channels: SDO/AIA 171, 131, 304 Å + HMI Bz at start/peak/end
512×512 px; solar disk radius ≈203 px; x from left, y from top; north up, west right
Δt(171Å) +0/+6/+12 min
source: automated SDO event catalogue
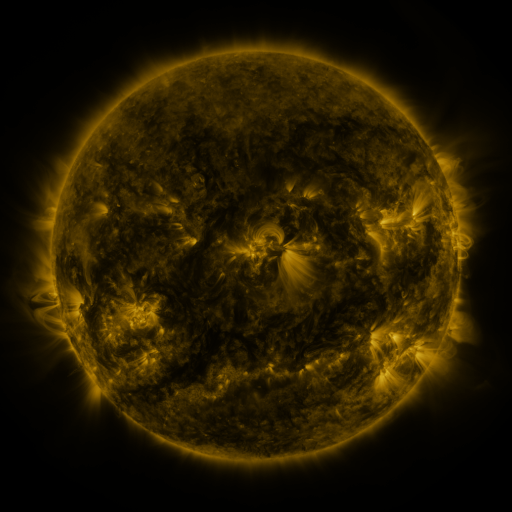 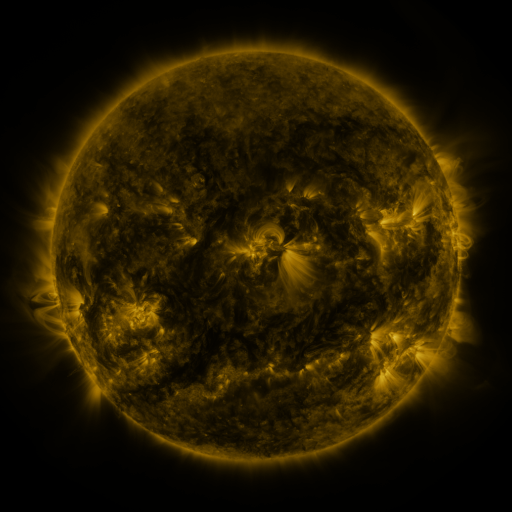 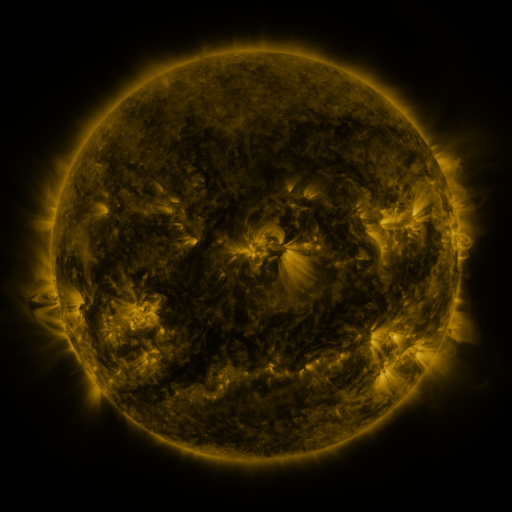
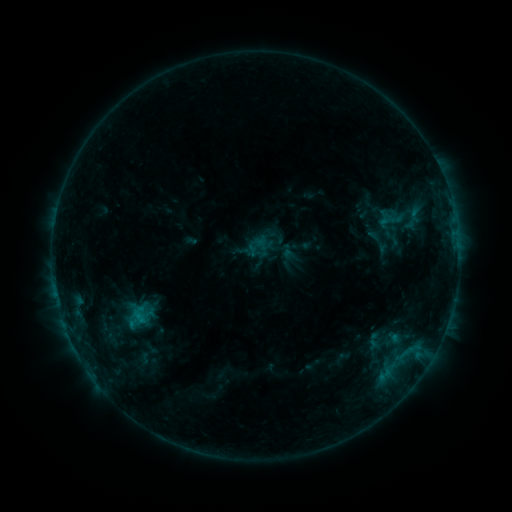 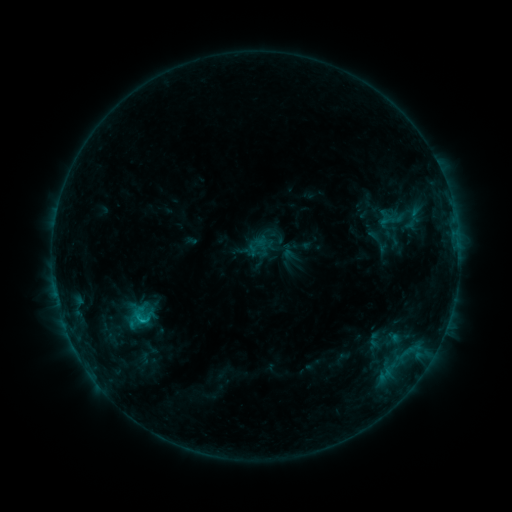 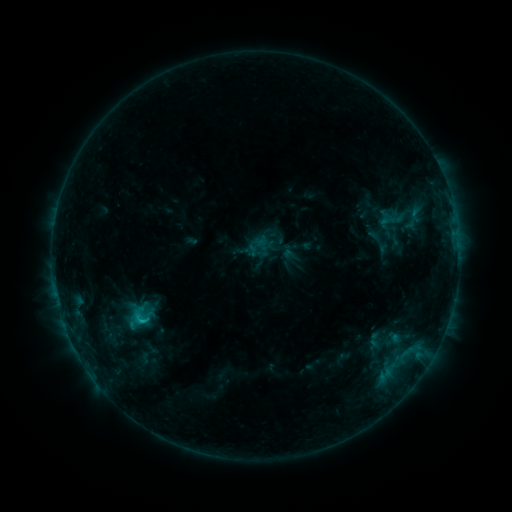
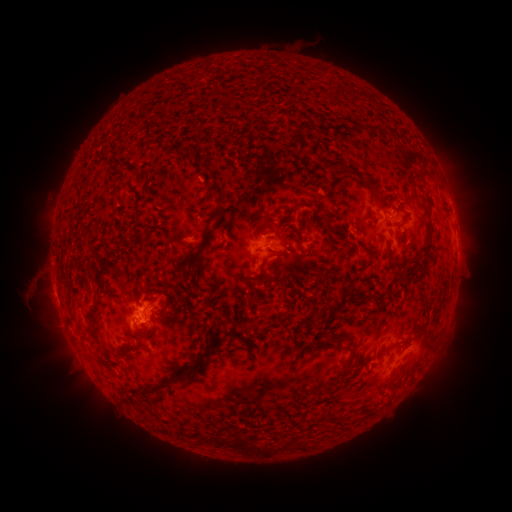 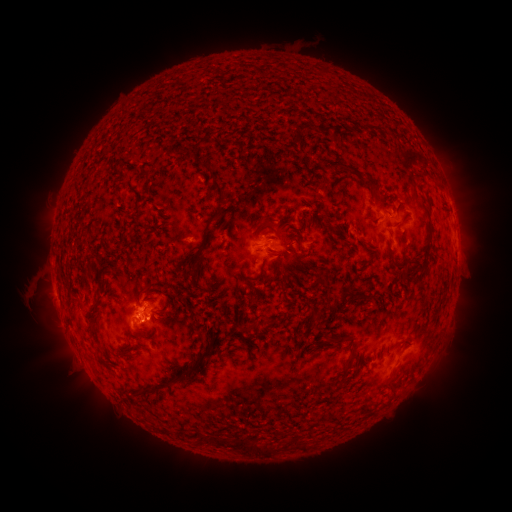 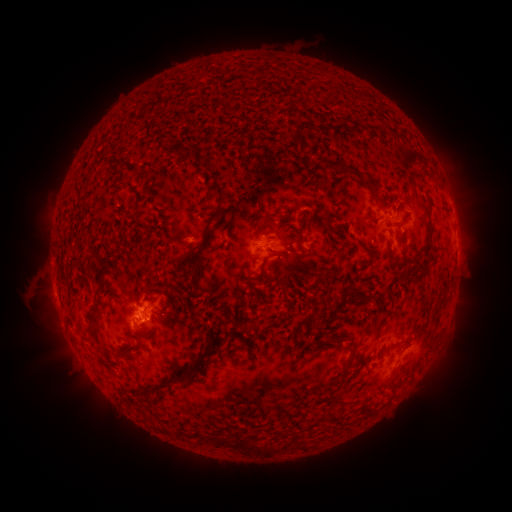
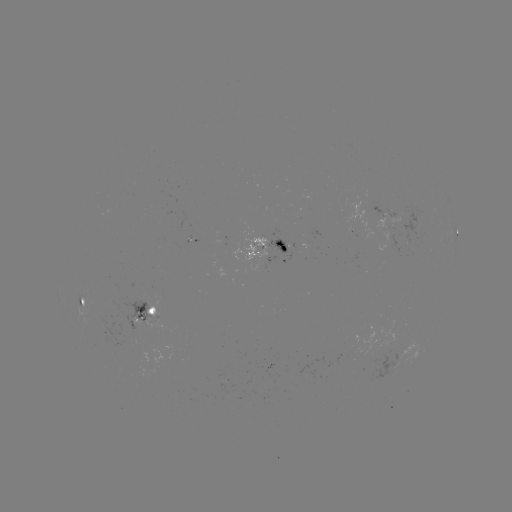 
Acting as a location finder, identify B8.9 flare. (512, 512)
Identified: (139, 315).